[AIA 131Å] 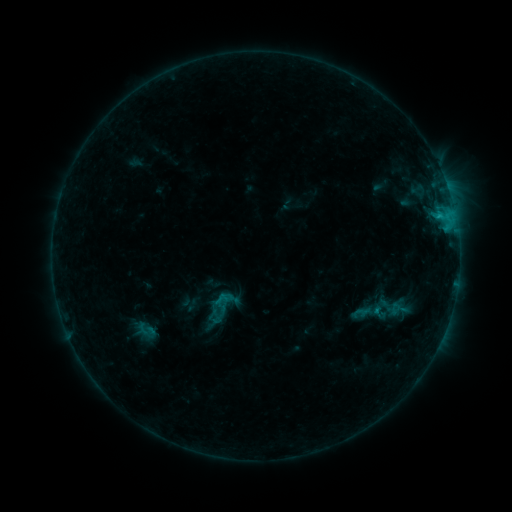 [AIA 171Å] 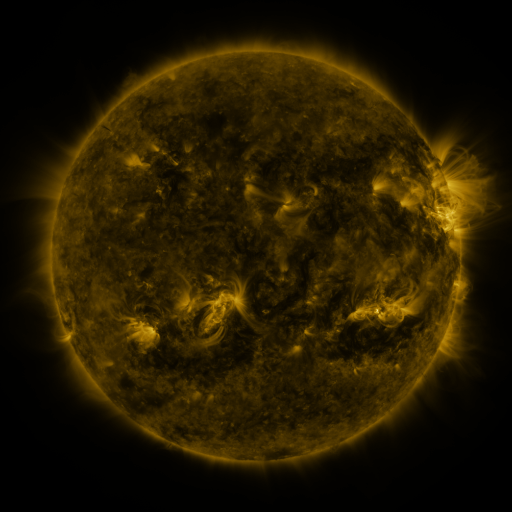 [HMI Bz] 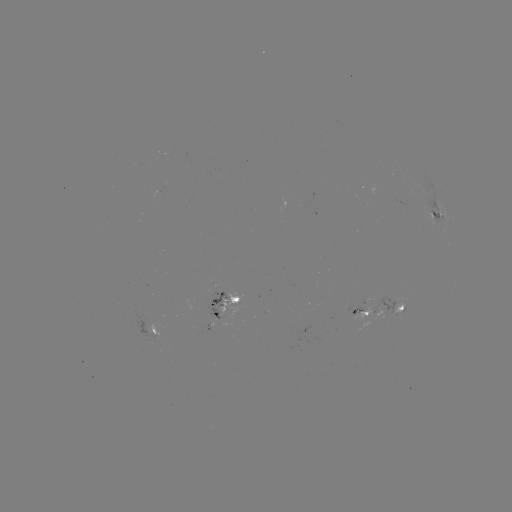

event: sigmoid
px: (399, 309)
